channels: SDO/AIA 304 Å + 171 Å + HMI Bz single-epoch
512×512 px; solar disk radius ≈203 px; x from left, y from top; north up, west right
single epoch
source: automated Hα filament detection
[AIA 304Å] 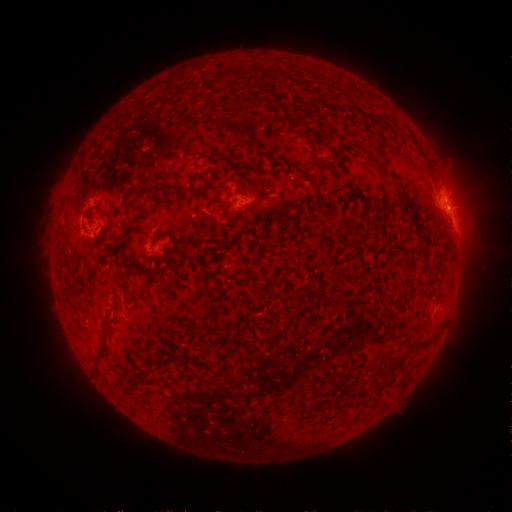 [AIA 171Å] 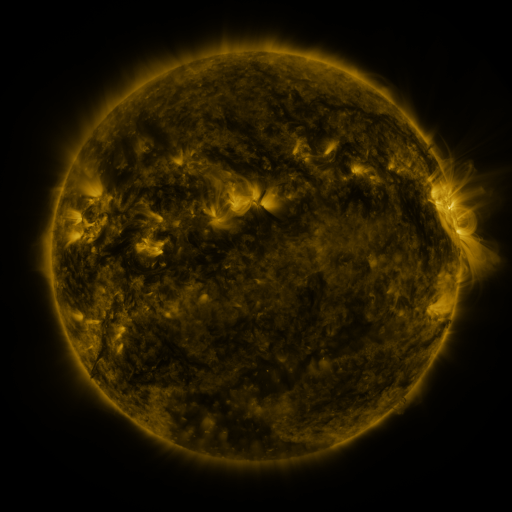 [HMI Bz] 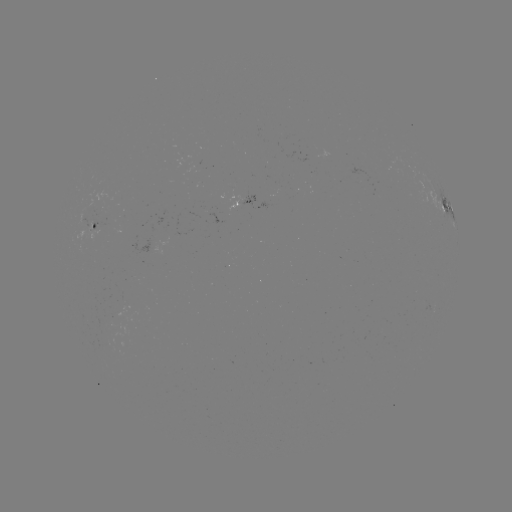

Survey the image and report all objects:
filament: (209, 68, 233, 87)
filament: (307, 96, 322, 107)
filament: (209, 106, 225, 118)
filament: (373, 159, 391, 180)
filament: (233, 180, 244, 192)
filament: (164, 189, 183, 199)
filament: (190, 189, 202, 198)
filament: (95, 205, 112, 228)
filament: (155, 230, 178, 256)
filament: (133, 264, 161, 278)
filament: (120, 282, 133, 302)
filament: (91, 315, 112, 370)
filament: (396, 354, 406, 365)
filament: (127, 381, 136, 397)
